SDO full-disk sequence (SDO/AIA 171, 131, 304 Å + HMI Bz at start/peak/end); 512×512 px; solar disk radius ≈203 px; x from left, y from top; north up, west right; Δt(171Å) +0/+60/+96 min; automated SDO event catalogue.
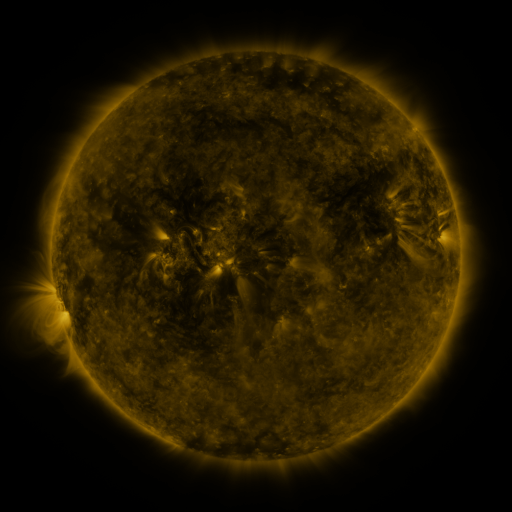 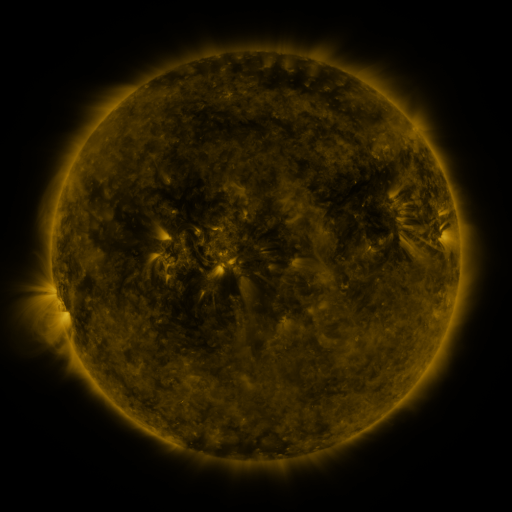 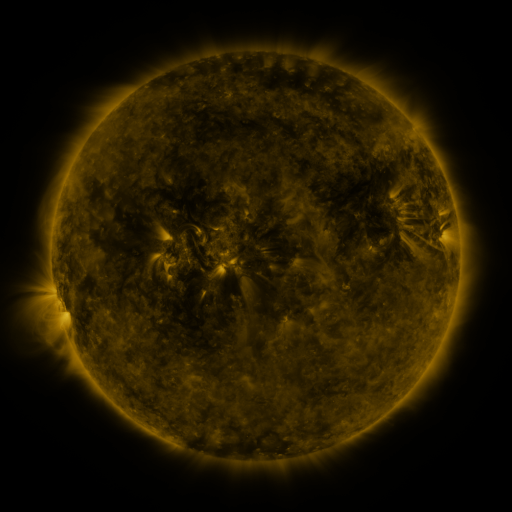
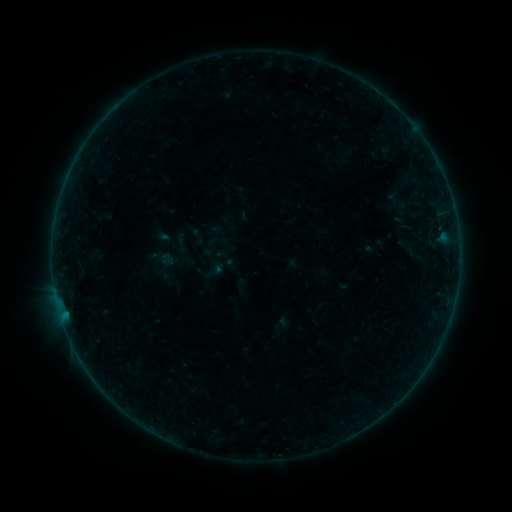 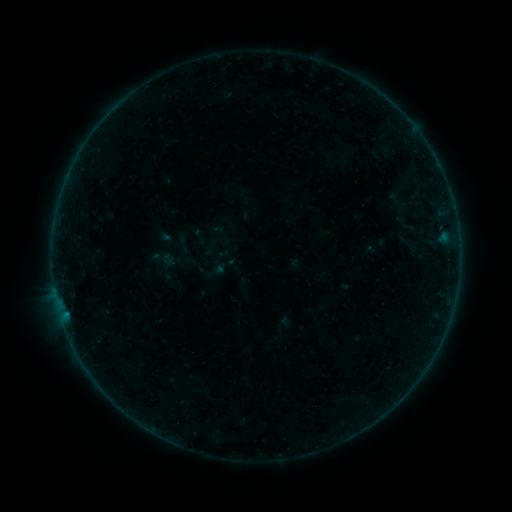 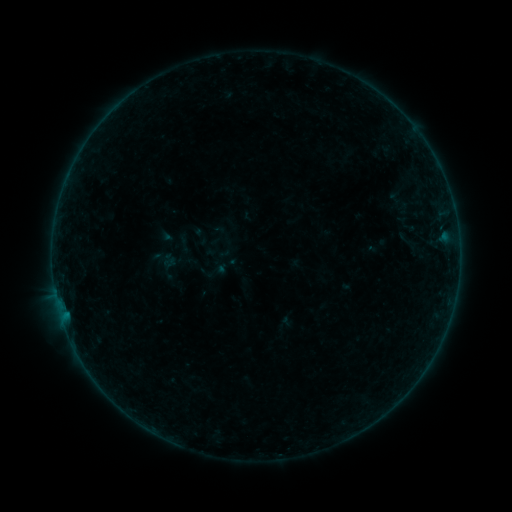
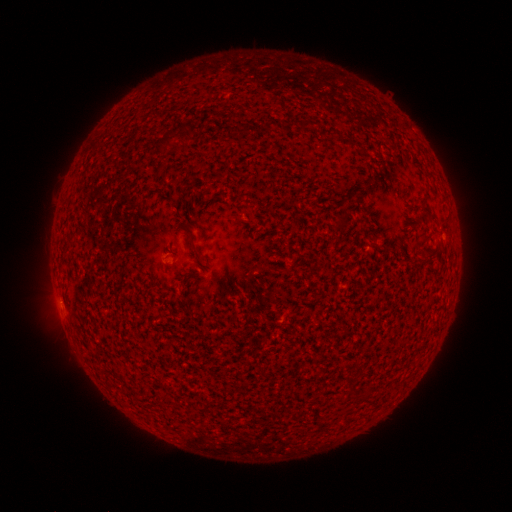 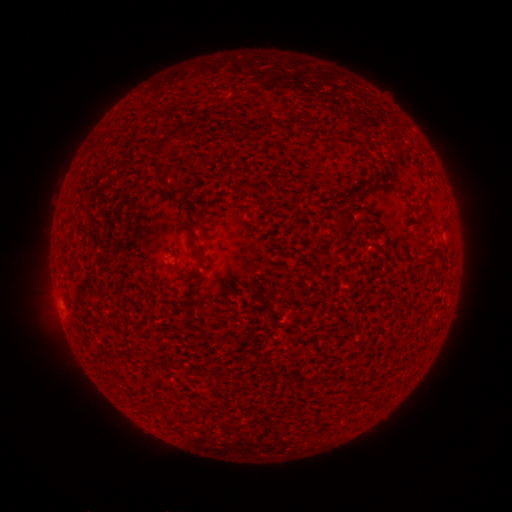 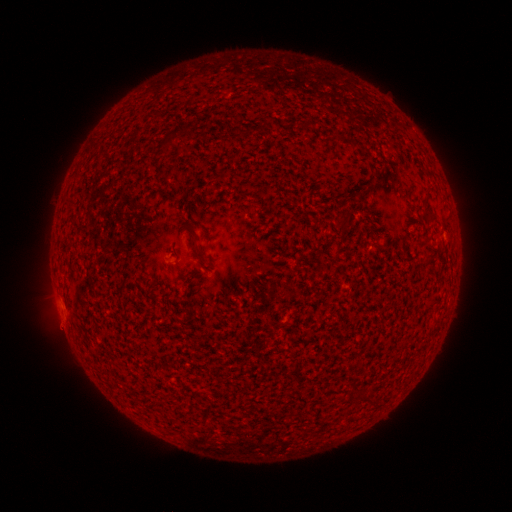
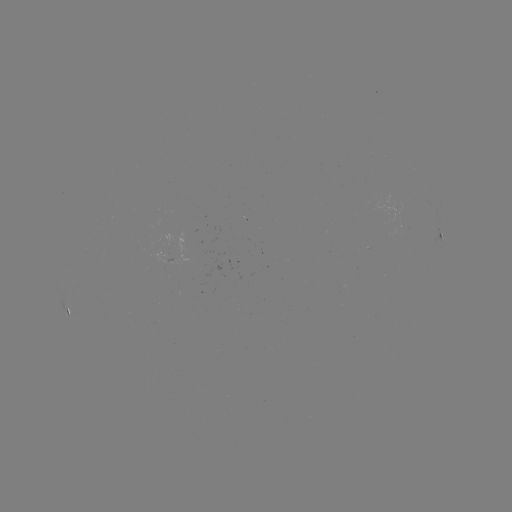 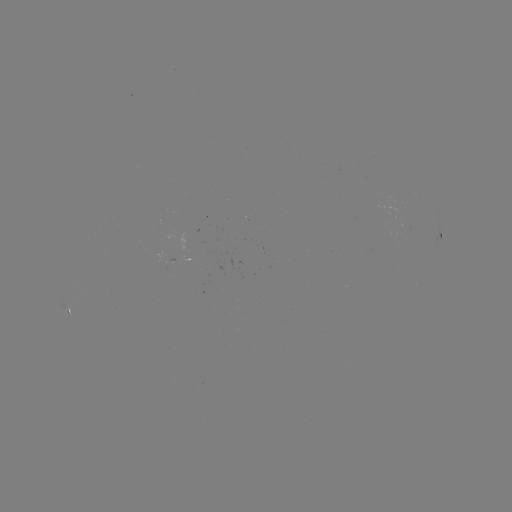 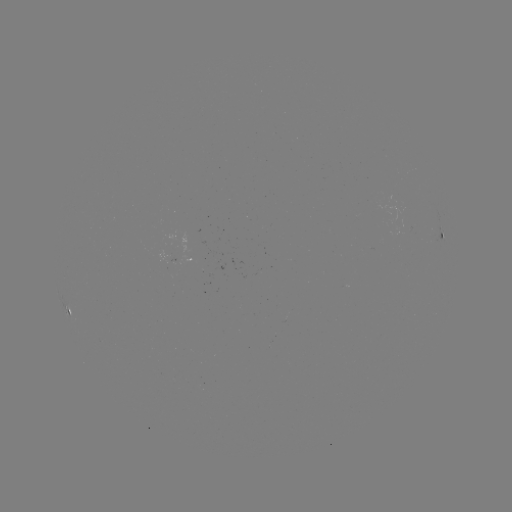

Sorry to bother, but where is emerging-flux region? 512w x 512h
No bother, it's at (406, 225).